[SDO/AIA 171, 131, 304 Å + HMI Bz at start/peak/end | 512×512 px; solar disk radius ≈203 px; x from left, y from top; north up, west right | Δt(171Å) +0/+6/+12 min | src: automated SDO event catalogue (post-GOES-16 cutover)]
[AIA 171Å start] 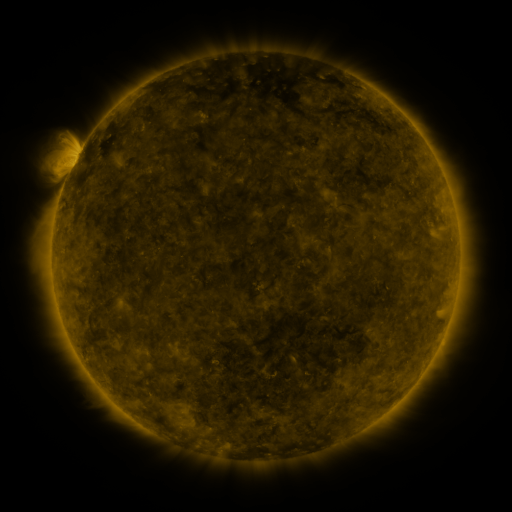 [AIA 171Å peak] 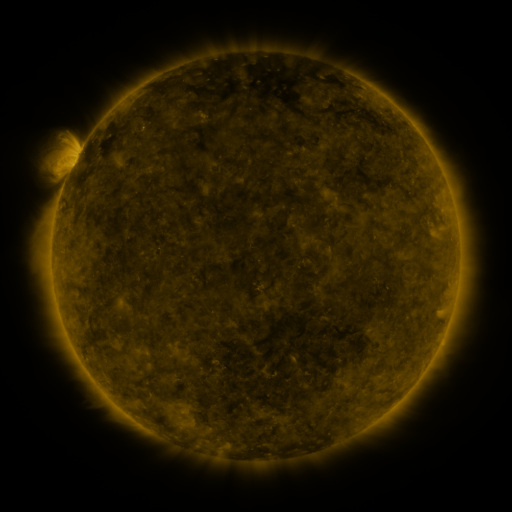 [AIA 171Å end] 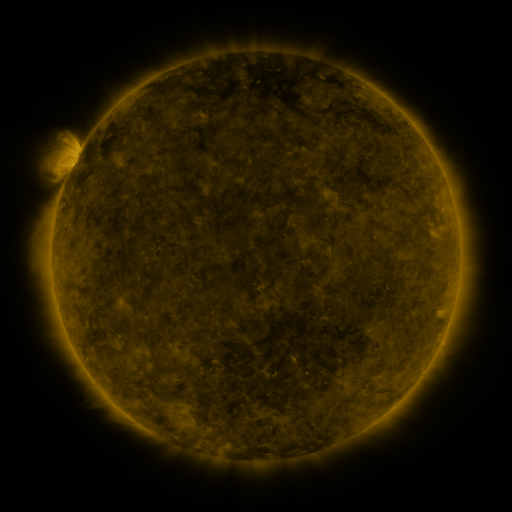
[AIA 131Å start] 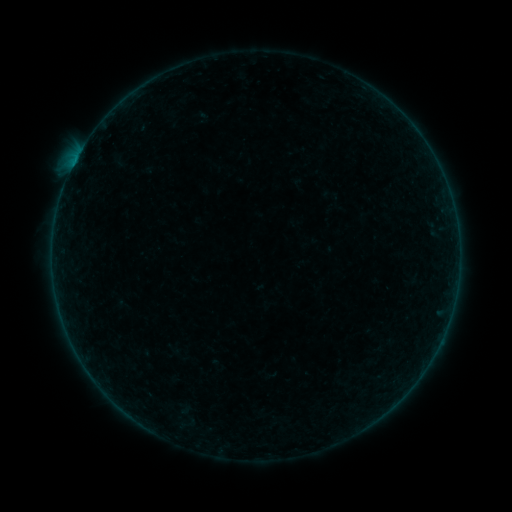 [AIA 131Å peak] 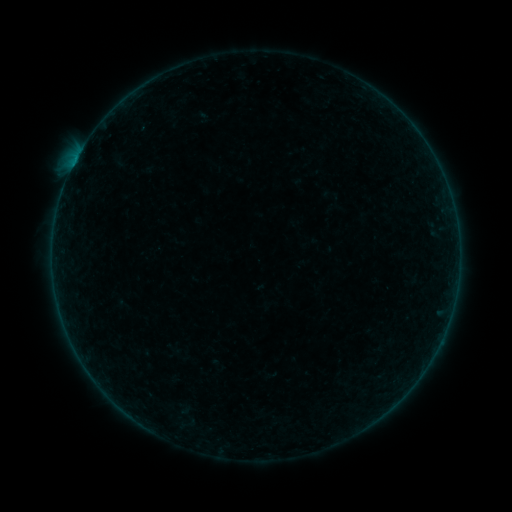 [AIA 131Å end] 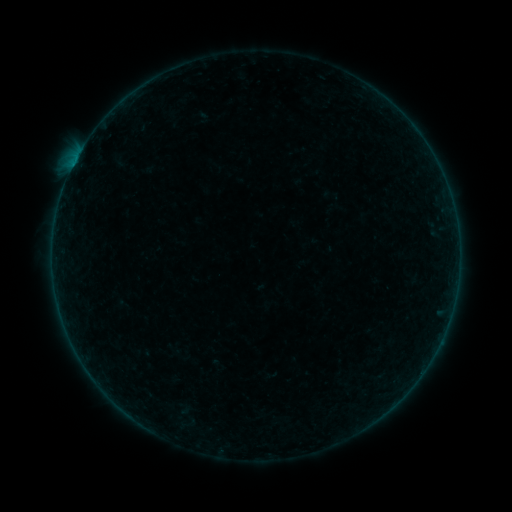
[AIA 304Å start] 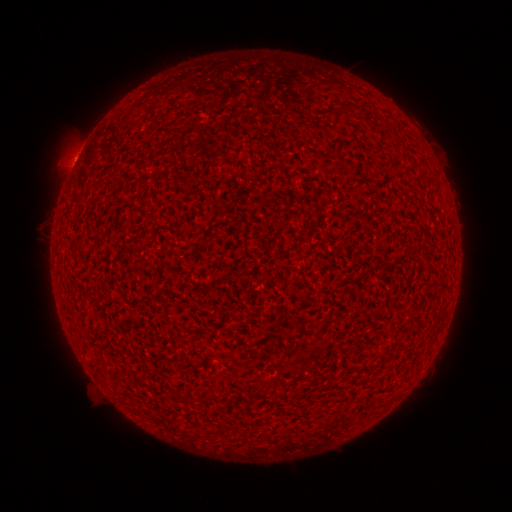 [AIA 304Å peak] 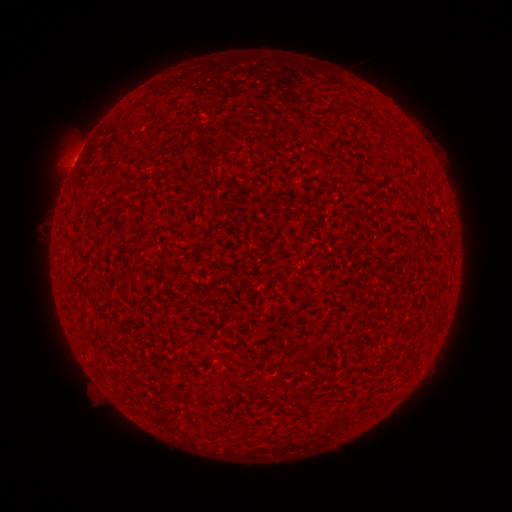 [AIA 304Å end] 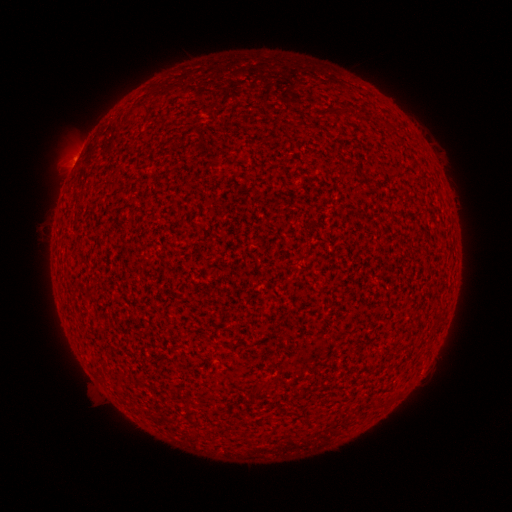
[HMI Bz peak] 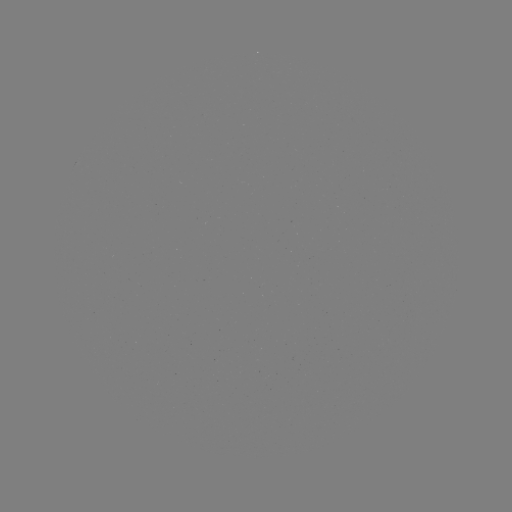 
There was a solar flare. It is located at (75, 165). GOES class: B1.6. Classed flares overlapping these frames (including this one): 2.